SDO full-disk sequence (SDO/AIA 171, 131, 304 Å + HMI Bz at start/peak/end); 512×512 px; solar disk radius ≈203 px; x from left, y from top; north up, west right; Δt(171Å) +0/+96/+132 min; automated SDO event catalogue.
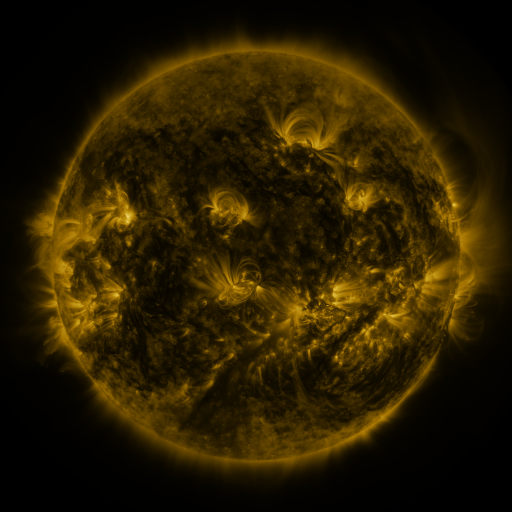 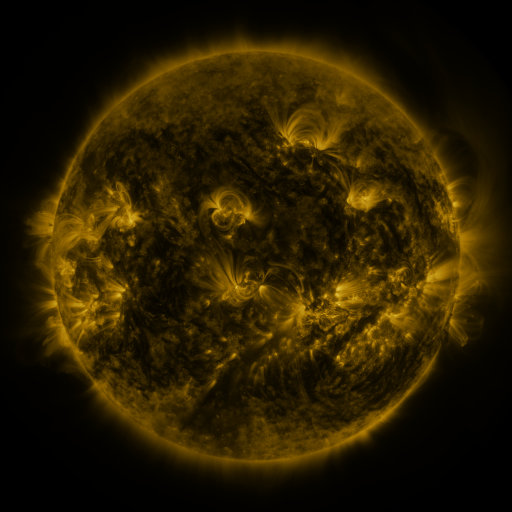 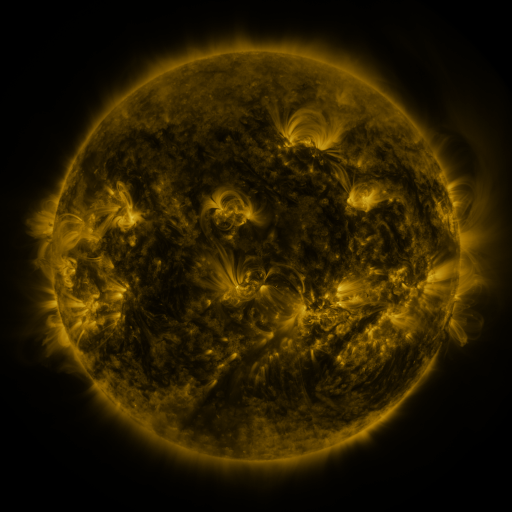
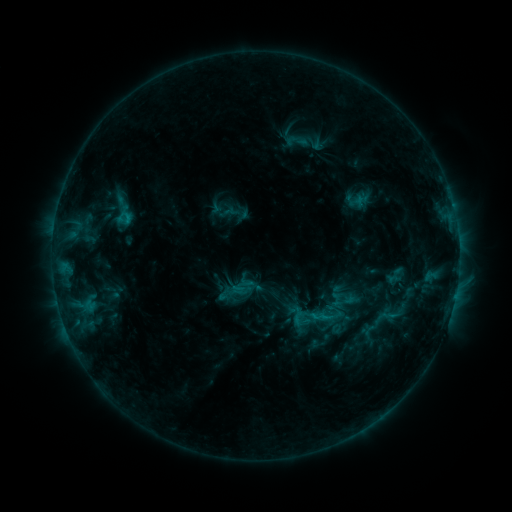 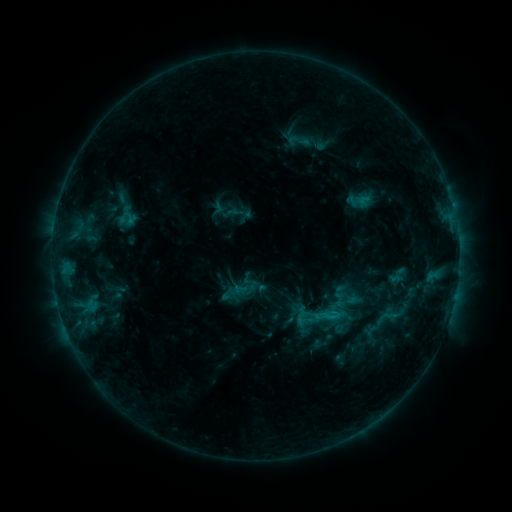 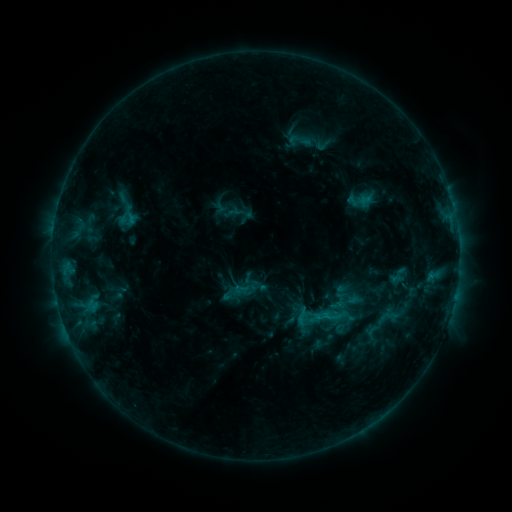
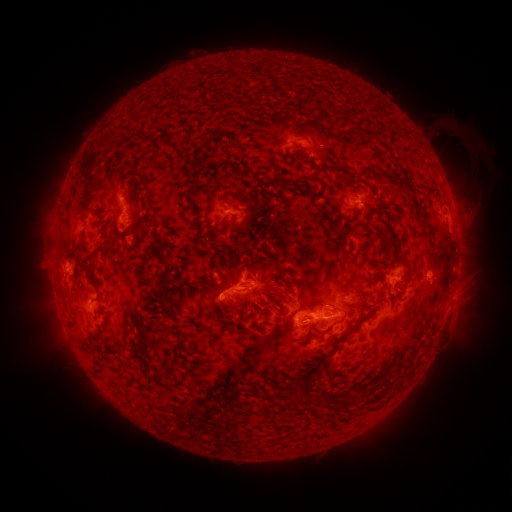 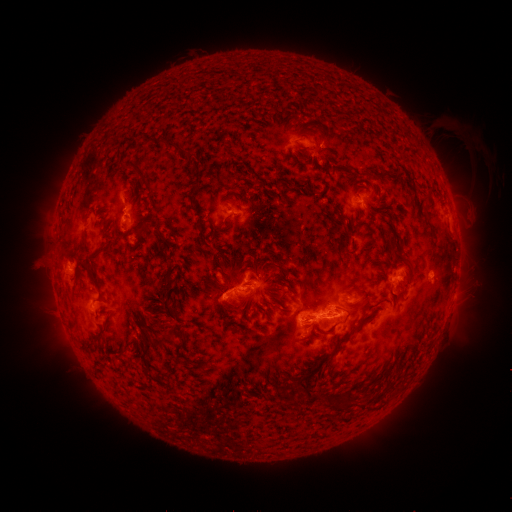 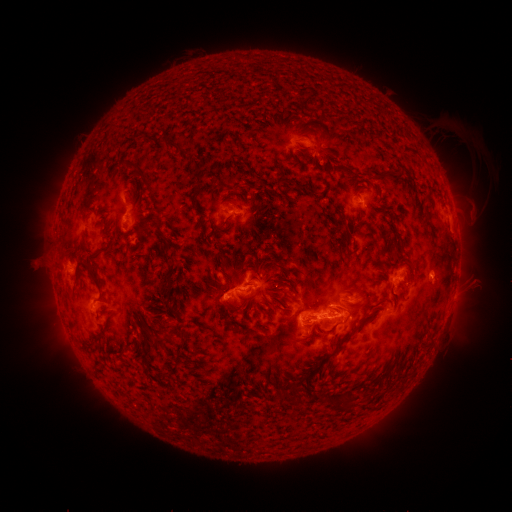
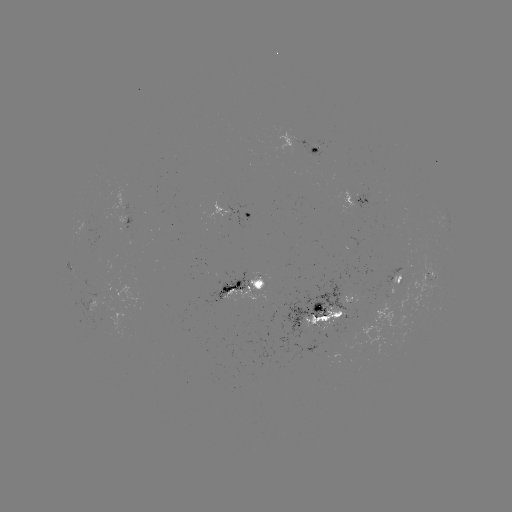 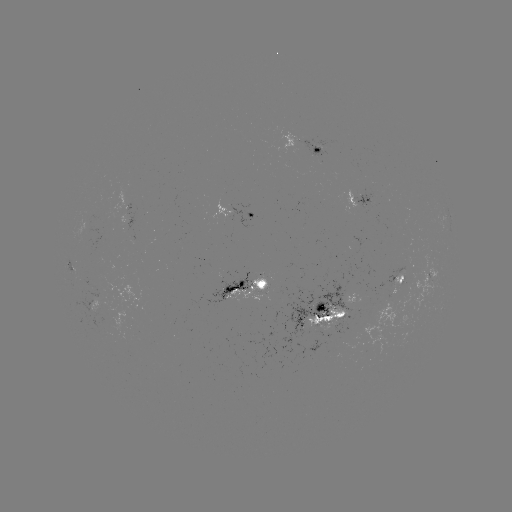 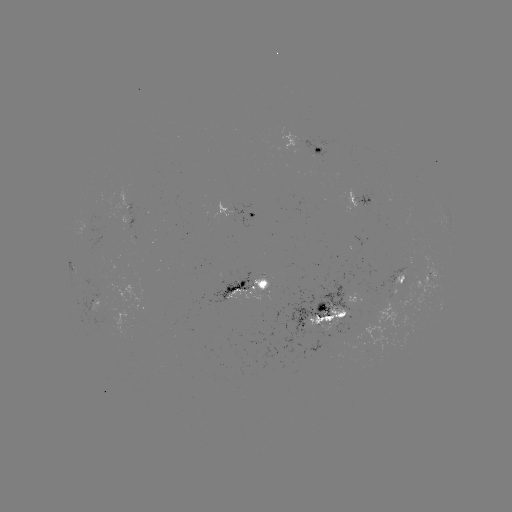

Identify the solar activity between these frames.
emerging-flux region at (247, 281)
